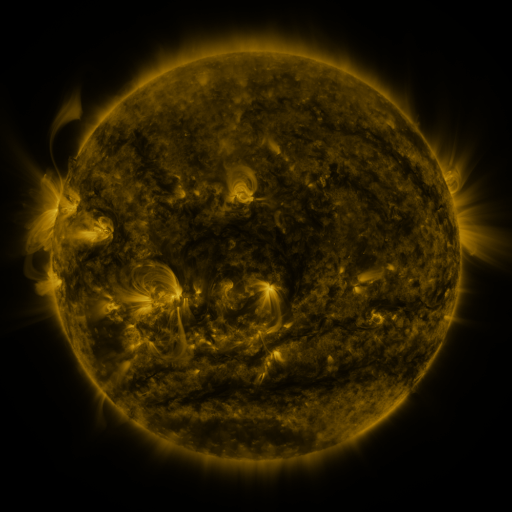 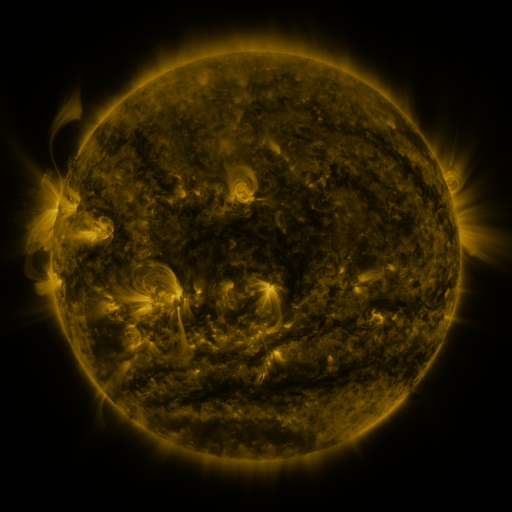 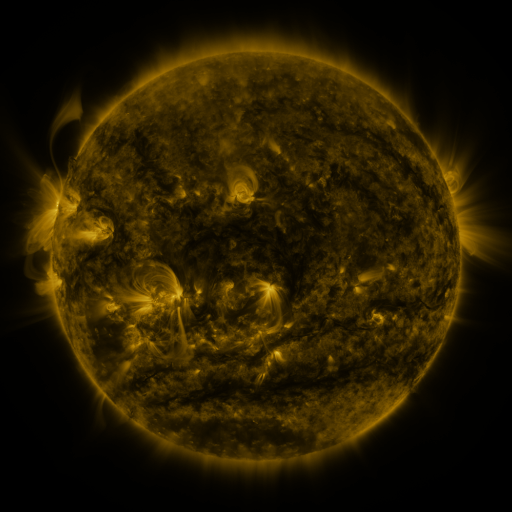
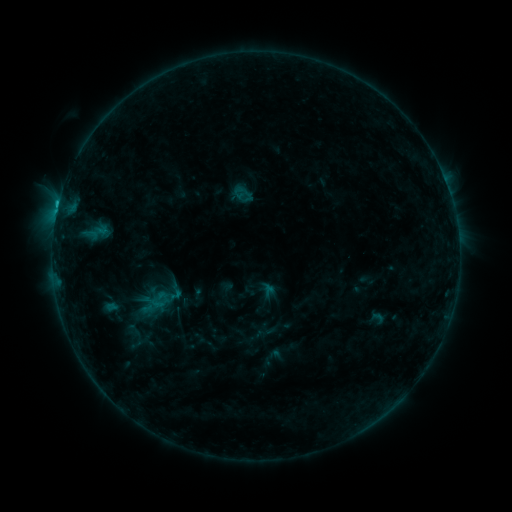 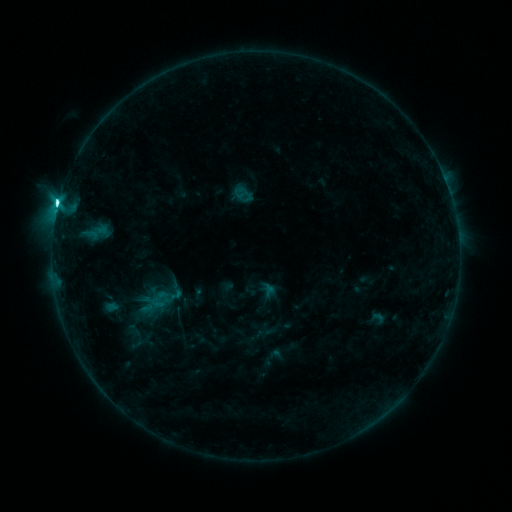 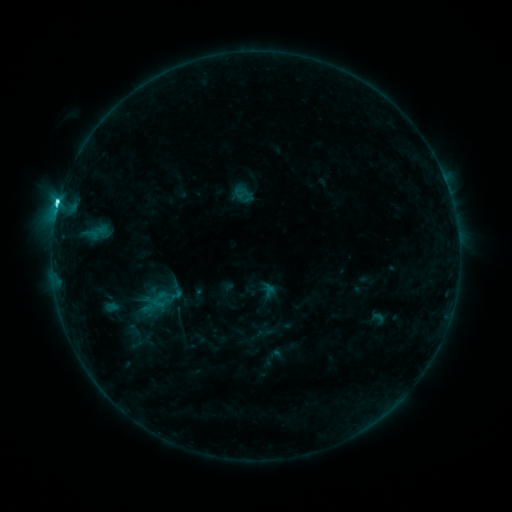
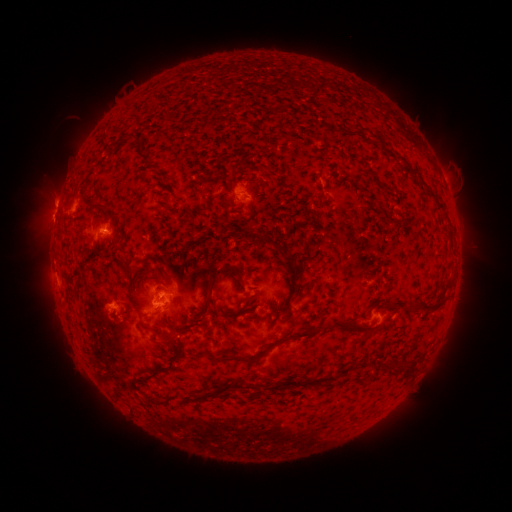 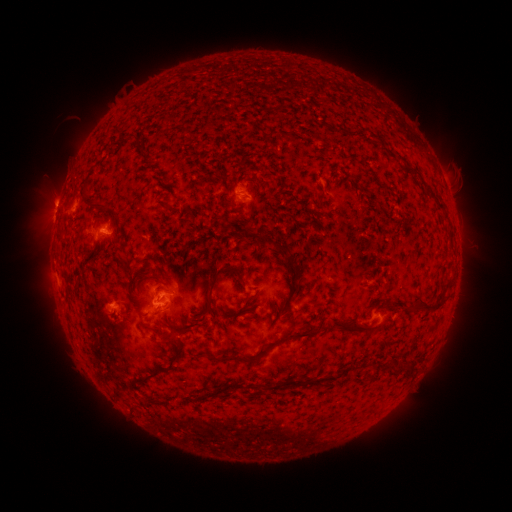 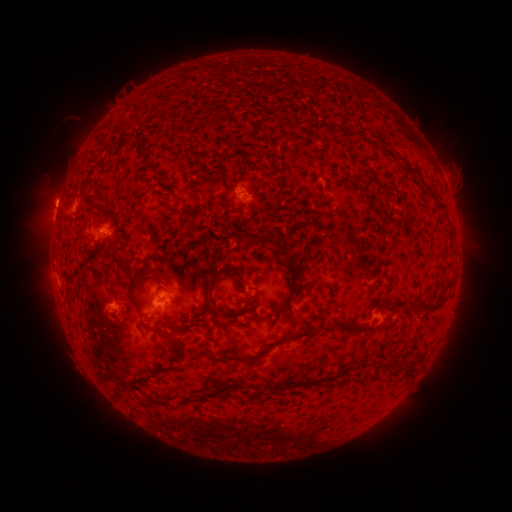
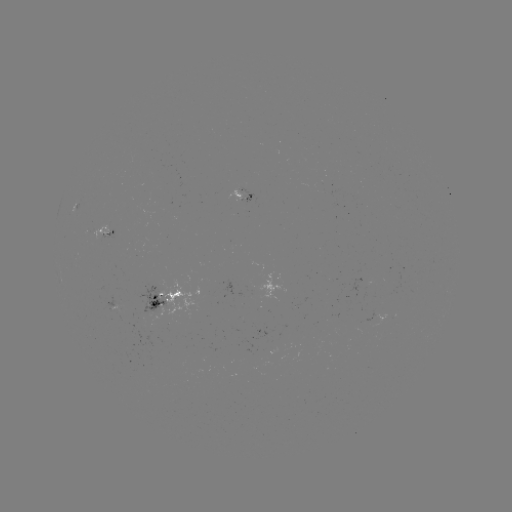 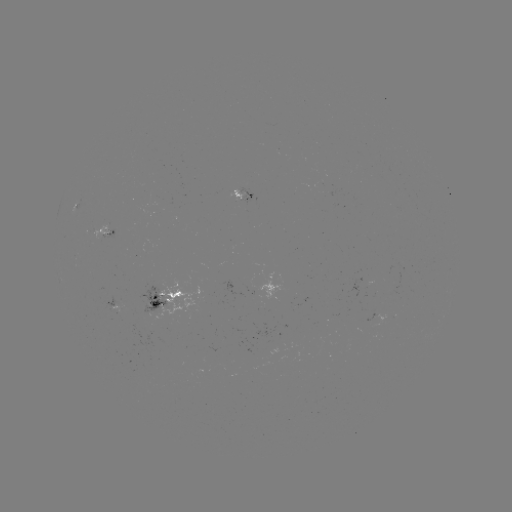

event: flare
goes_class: C5.1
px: (60, 208)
